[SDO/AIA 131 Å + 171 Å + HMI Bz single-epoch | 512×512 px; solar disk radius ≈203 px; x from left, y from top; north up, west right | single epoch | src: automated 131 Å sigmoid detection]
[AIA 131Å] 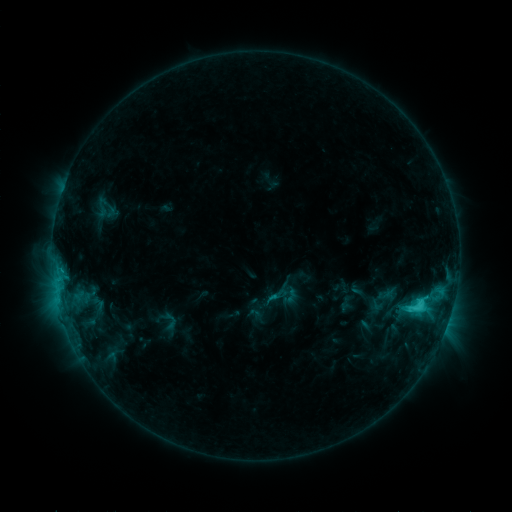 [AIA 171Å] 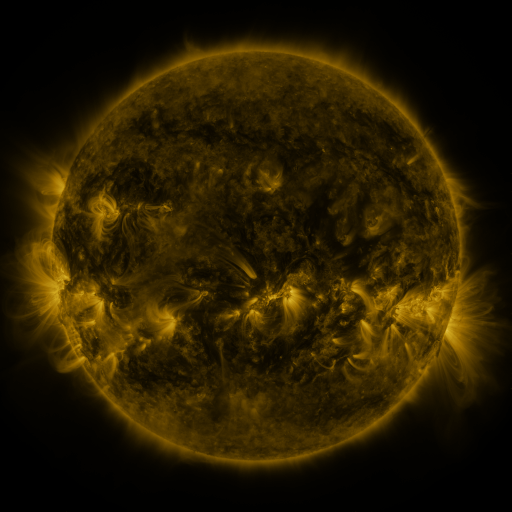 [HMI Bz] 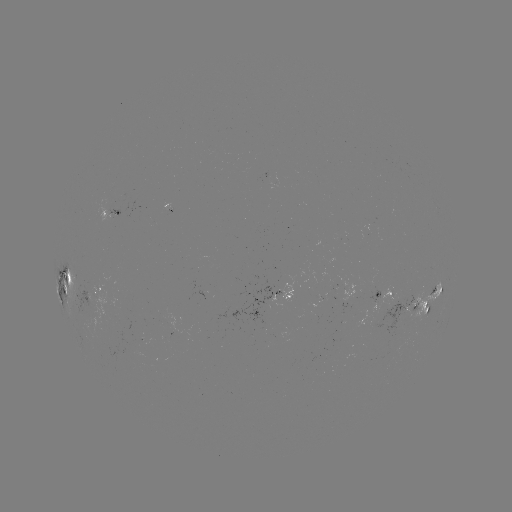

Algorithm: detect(sigmoid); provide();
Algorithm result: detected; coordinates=102,207